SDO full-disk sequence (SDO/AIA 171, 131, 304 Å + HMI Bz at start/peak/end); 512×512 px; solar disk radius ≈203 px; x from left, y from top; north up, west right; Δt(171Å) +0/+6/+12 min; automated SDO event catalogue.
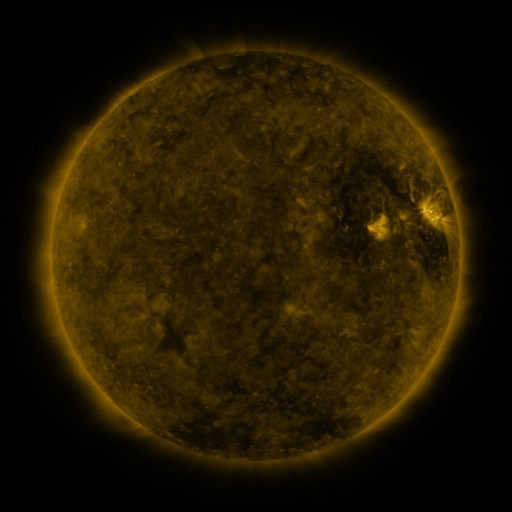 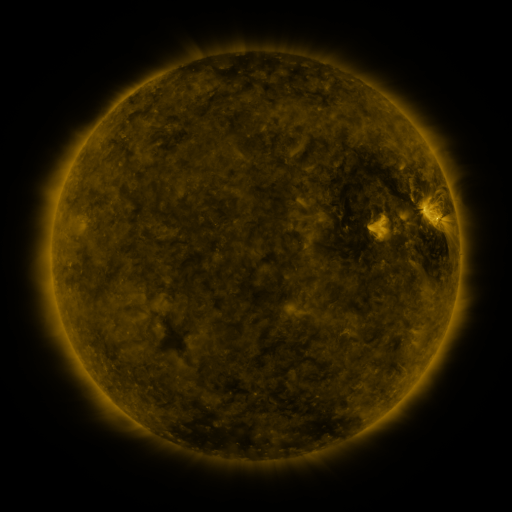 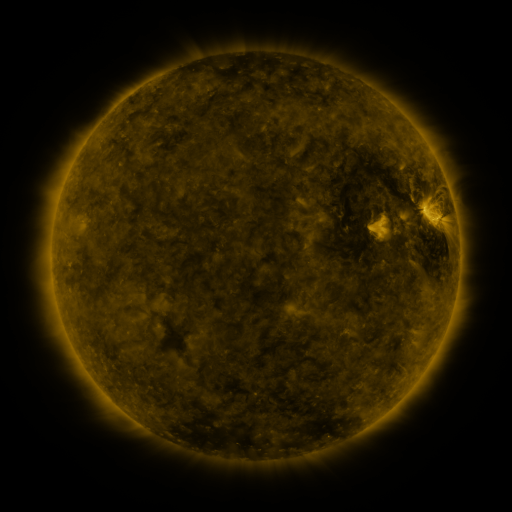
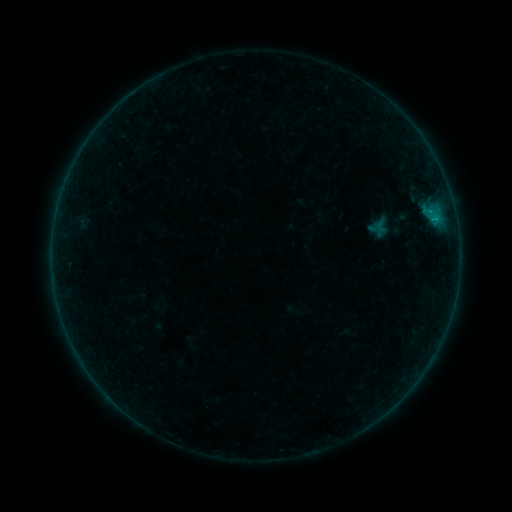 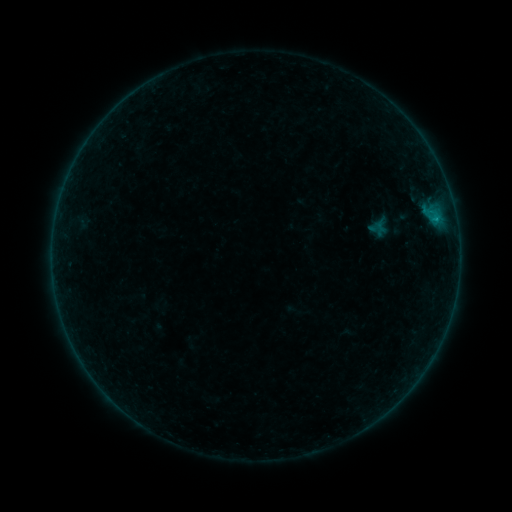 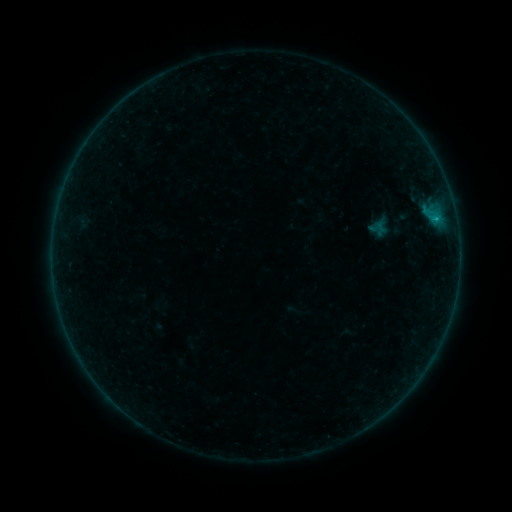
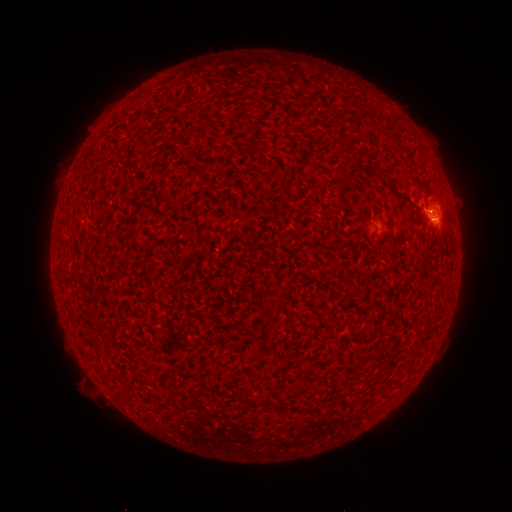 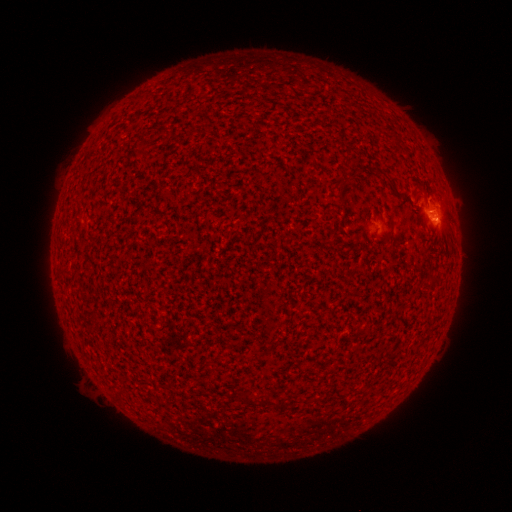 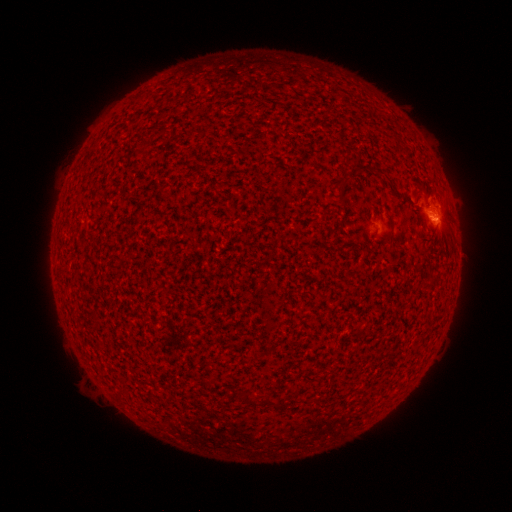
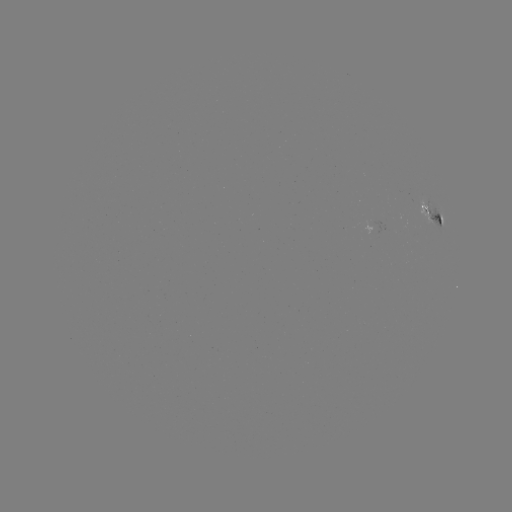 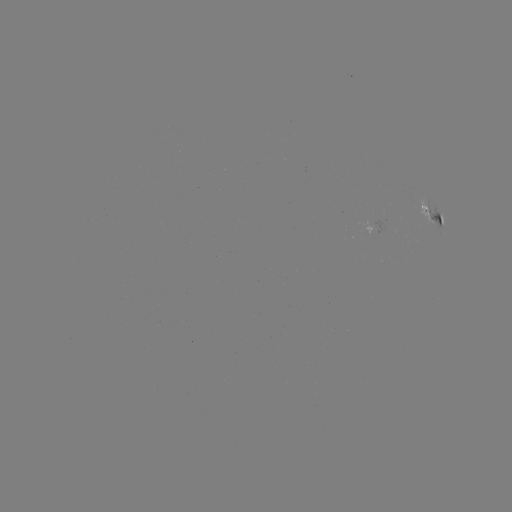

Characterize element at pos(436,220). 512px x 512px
B3.2 flare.